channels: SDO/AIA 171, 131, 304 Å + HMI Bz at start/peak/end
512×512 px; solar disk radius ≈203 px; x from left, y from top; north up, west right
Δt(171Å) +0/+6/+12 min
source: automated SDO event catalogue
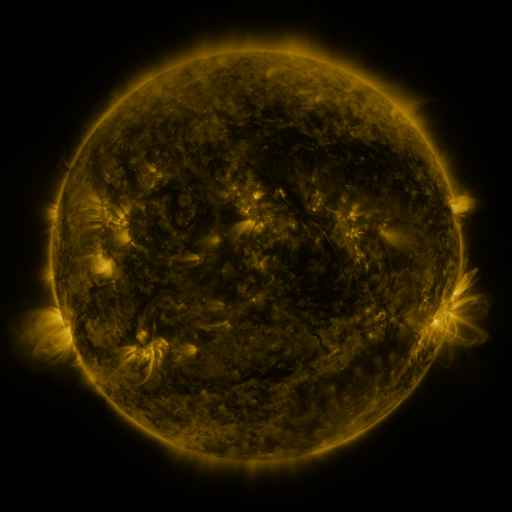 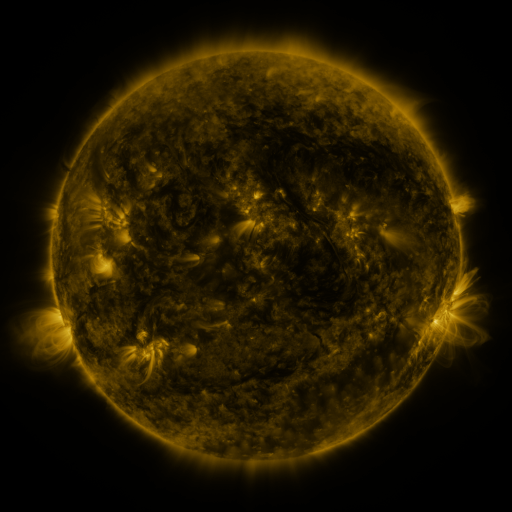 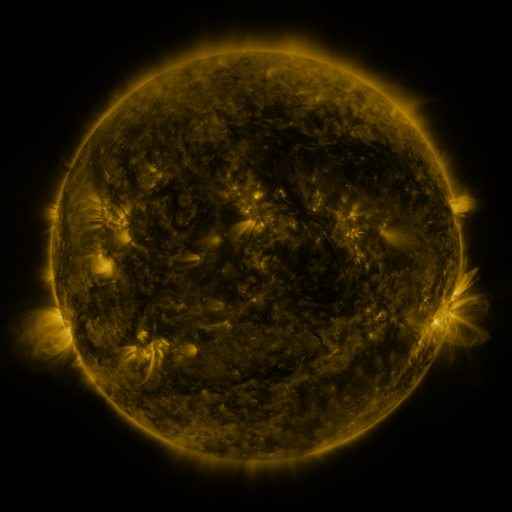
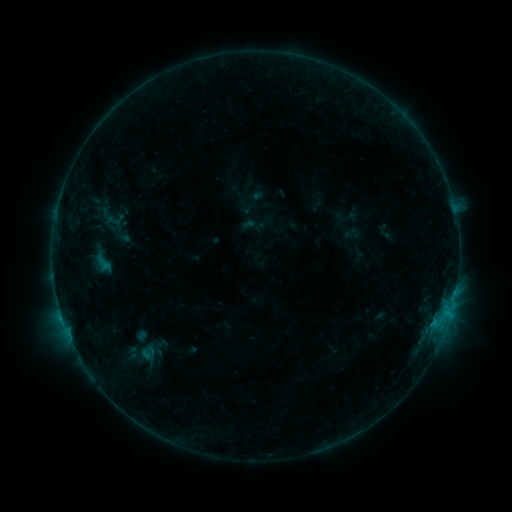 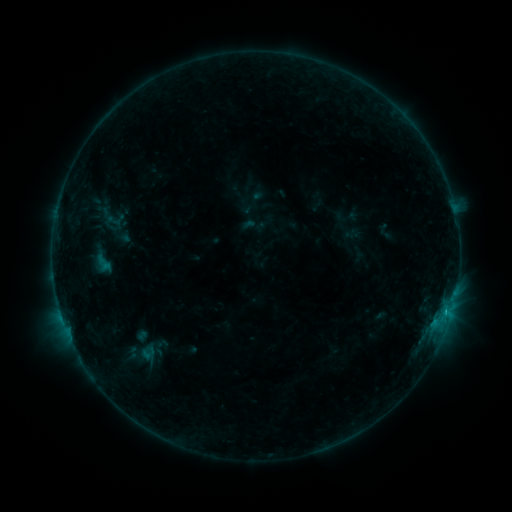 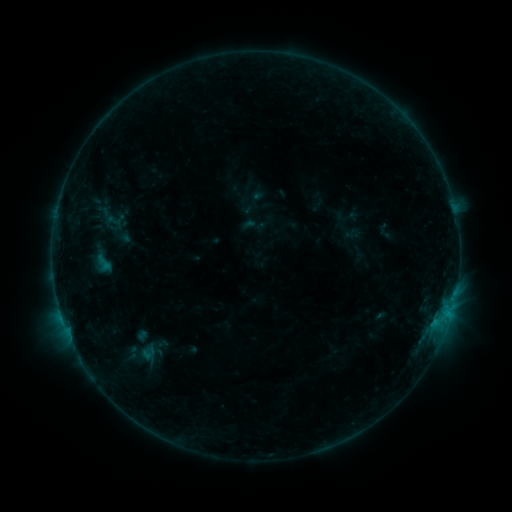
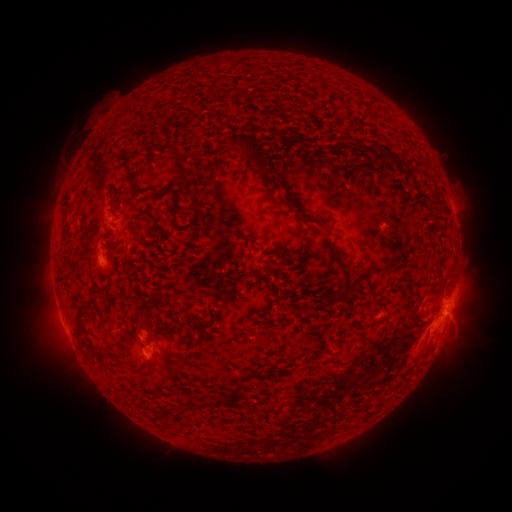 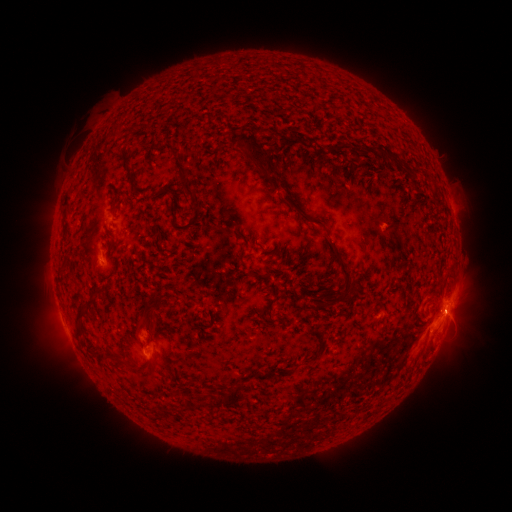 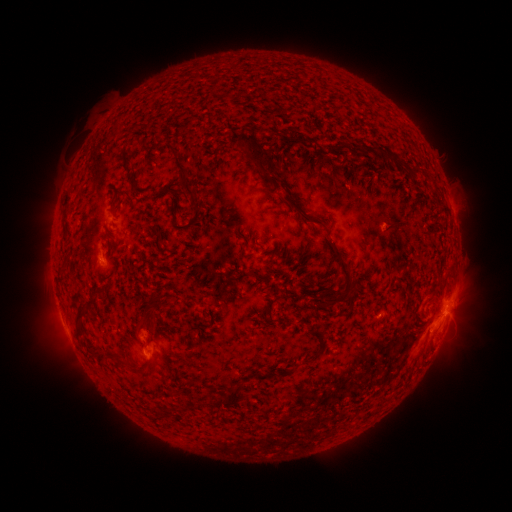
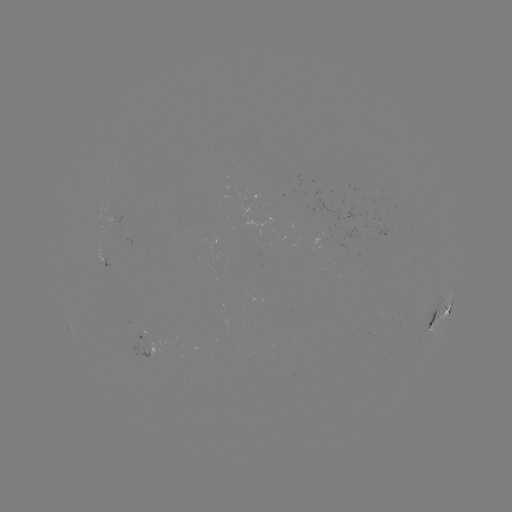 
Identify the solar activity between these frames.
B9.1 flare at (448, 312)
